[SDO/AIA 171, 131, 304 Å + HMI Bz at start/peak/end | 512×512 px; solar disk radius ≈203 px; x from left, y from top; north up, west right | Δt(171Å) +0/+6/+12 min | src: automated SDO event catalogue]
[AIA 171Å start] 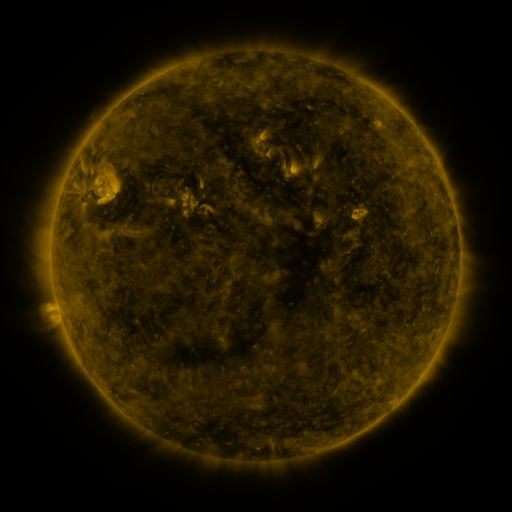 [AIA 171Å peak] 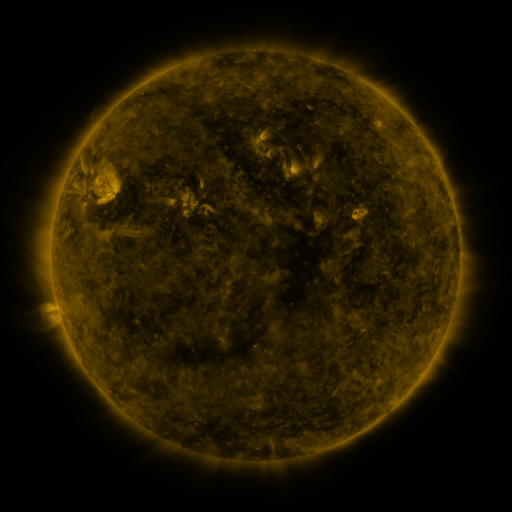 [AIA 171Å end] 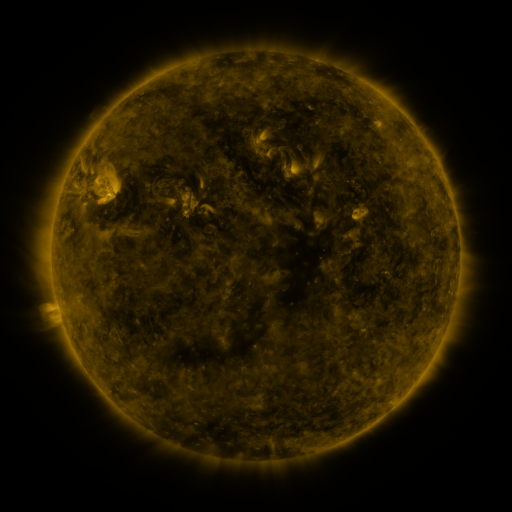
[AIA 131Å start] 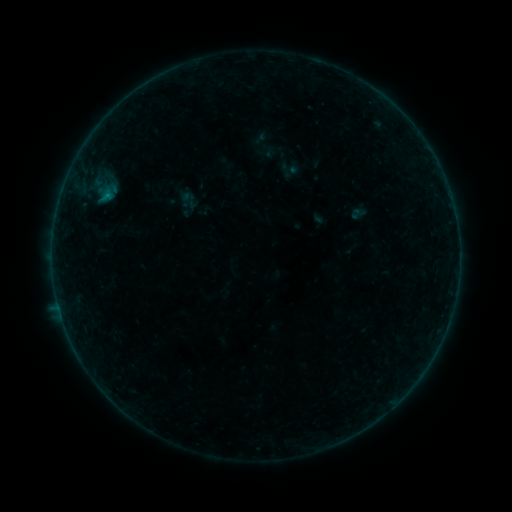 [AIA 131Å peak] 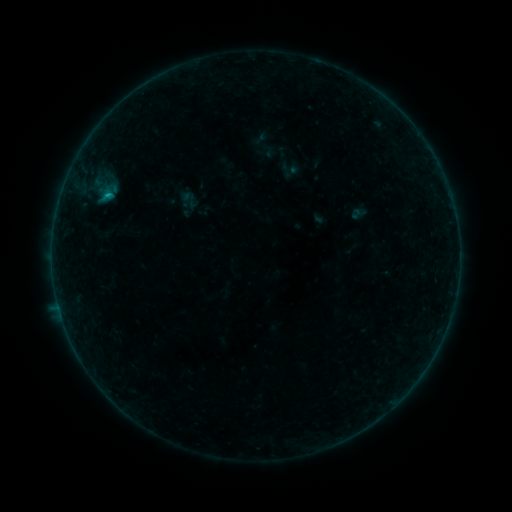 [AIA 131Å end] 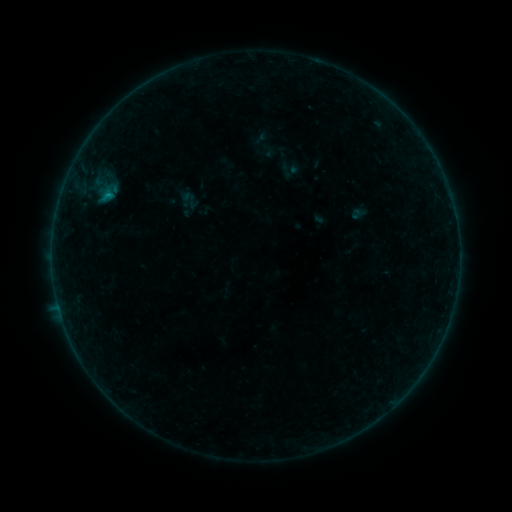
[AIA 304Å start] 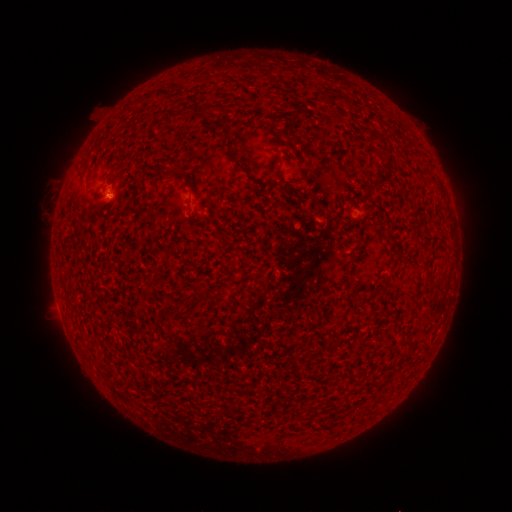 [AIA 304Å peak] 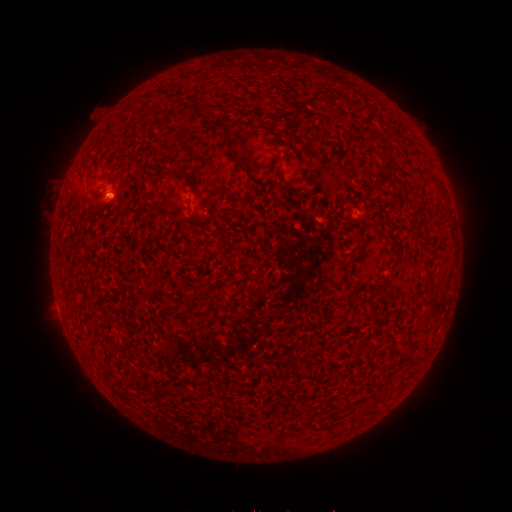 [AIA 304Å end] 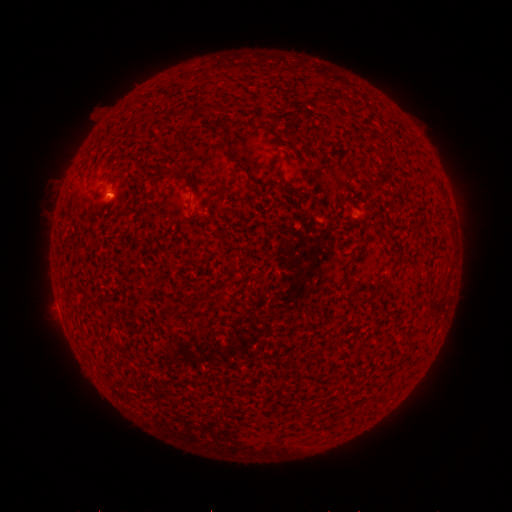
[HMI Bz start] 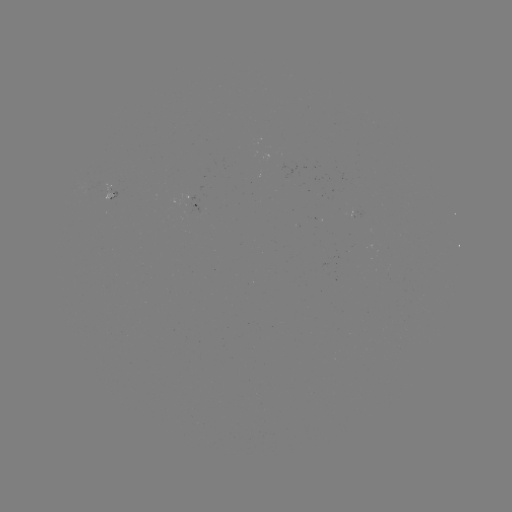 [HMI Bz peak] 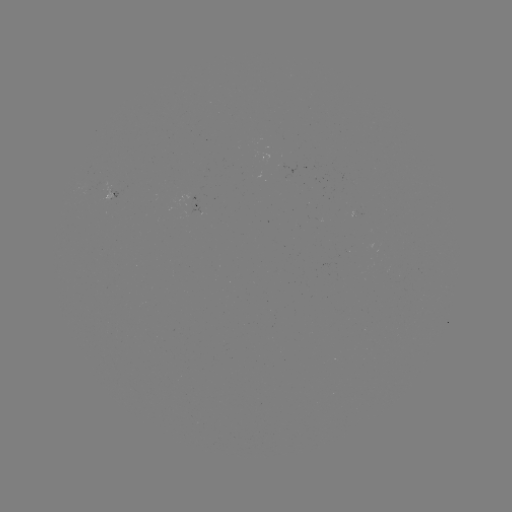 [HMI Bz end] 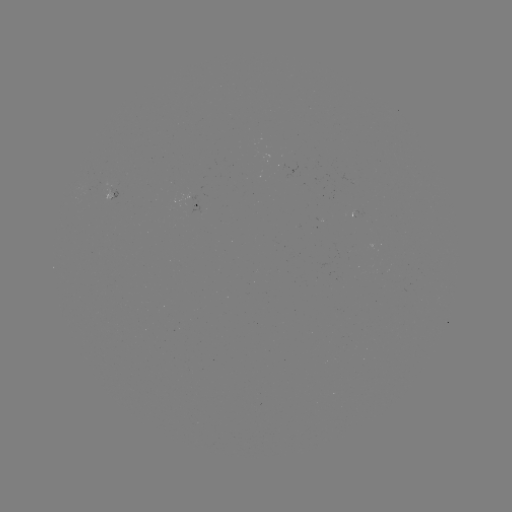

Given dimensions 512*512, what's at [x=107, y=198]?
B2.8 flare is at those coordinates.